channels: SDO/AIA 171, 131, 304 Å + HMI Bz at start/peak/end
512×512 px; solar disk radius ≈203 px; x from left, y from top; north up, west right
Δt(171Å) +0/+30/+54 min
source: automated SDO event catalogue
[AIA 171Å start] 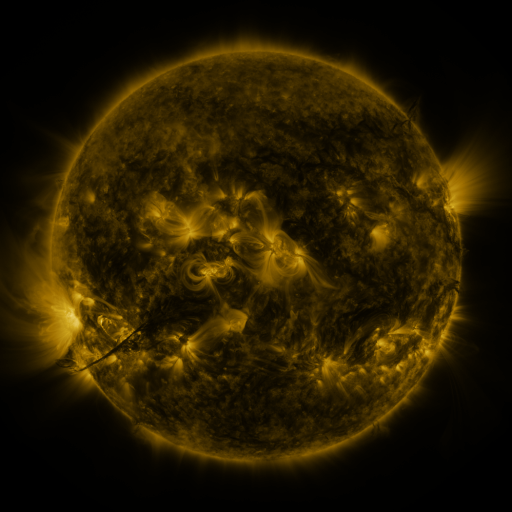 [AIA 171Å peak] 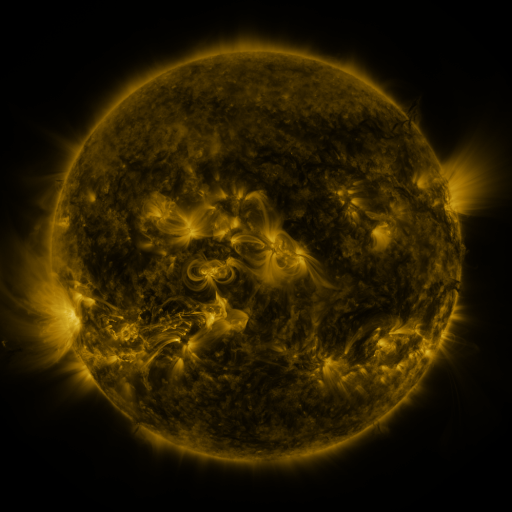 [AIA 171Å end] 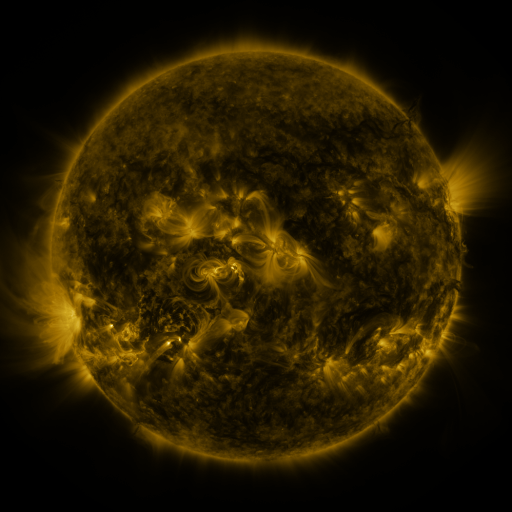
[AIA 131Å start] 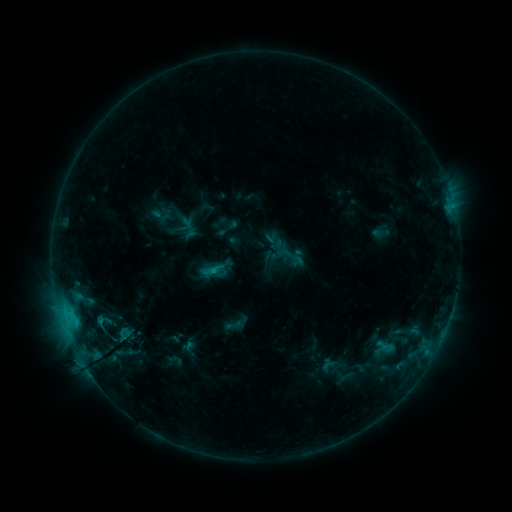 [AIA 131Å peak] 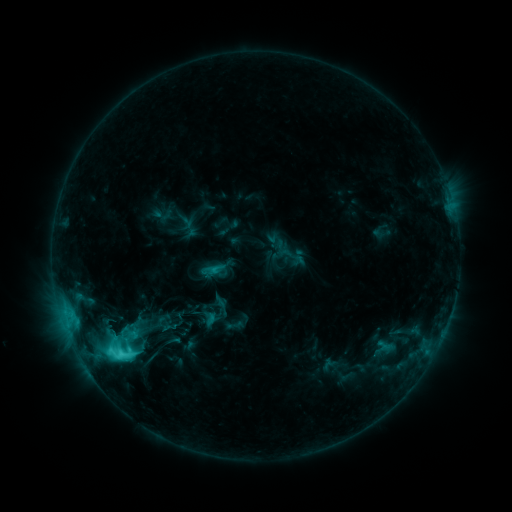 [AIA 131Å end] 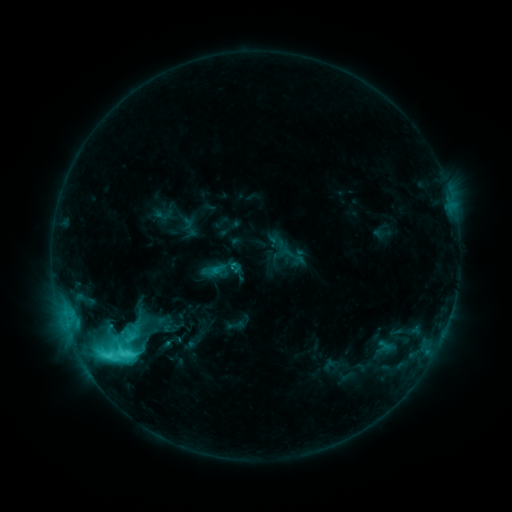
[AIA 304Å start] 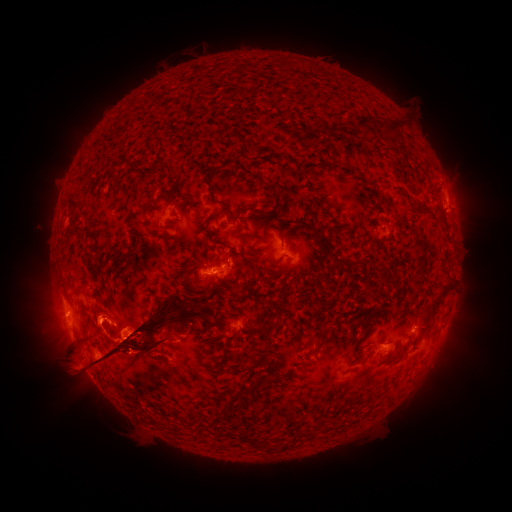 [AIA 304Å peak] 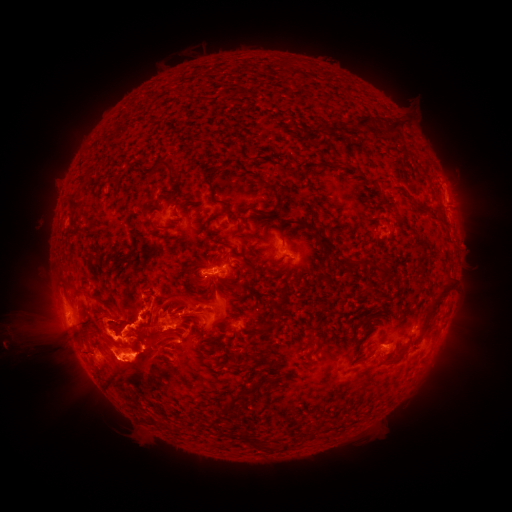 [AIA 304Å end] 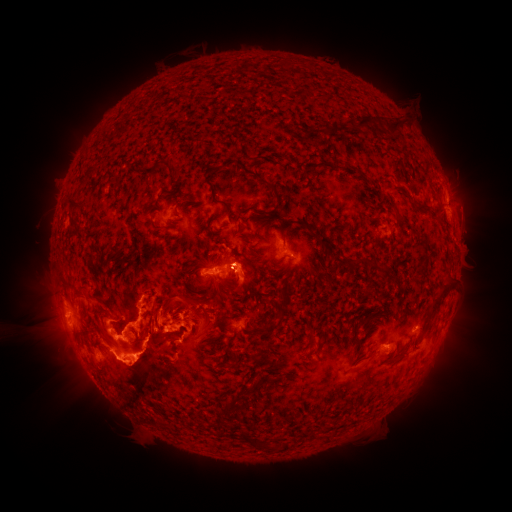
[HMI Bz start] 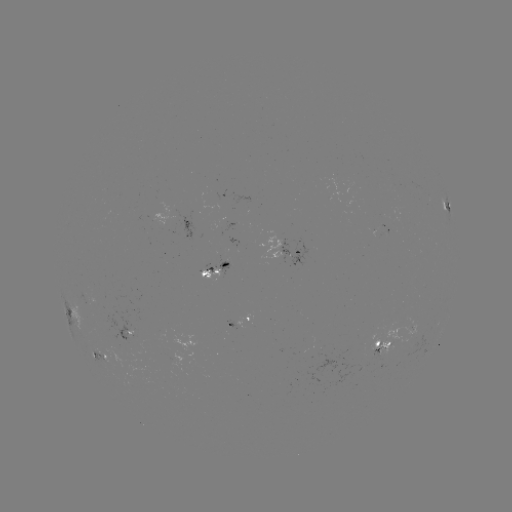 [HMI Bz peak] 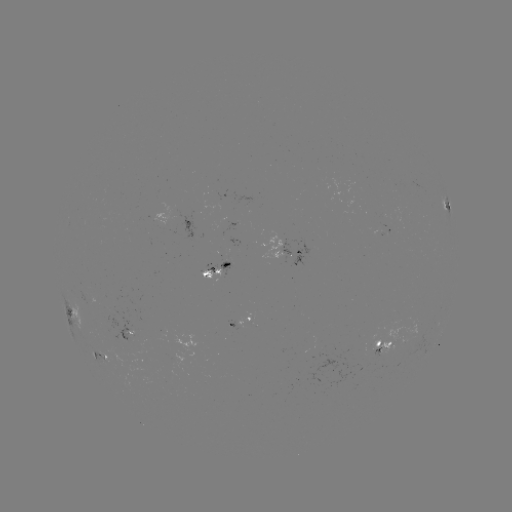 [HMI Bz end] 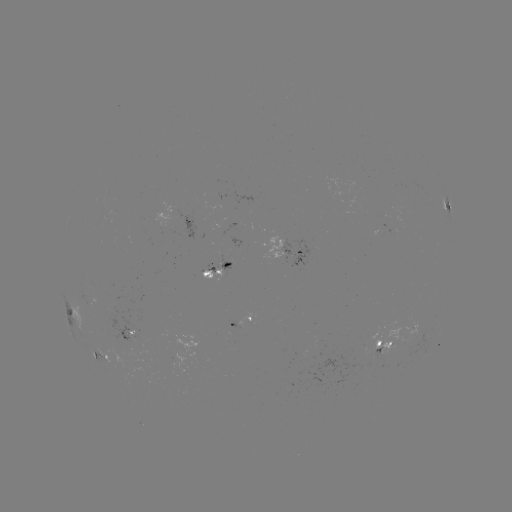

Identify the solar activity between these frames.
eruption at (116, 338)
